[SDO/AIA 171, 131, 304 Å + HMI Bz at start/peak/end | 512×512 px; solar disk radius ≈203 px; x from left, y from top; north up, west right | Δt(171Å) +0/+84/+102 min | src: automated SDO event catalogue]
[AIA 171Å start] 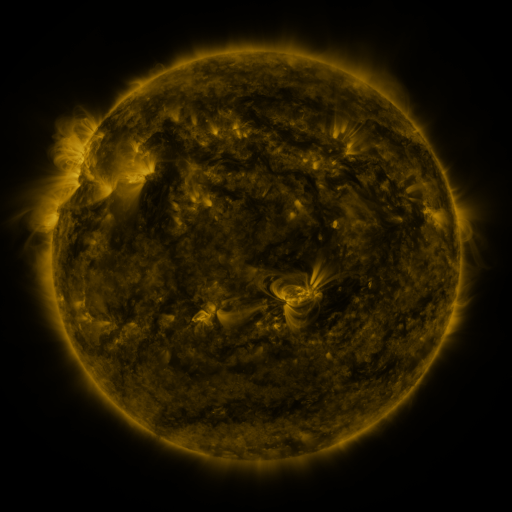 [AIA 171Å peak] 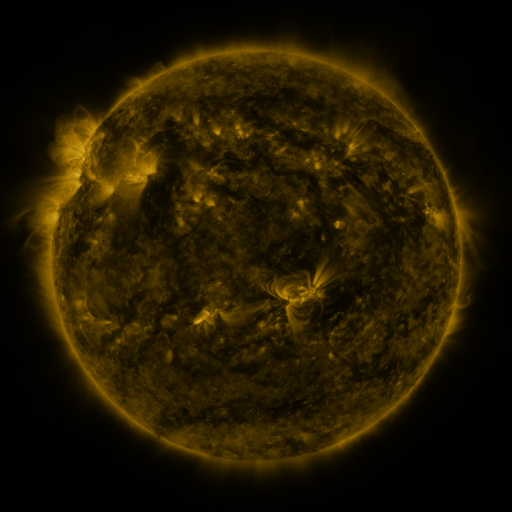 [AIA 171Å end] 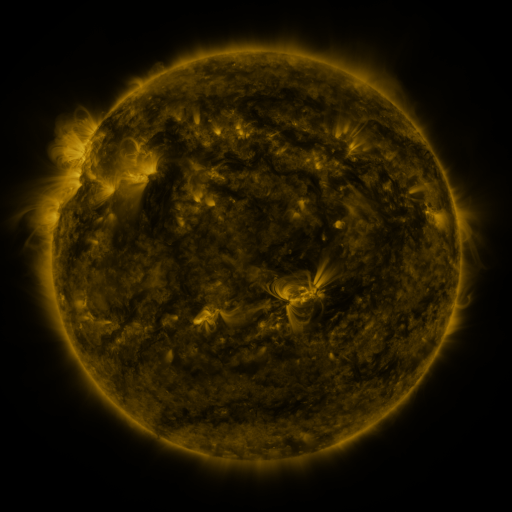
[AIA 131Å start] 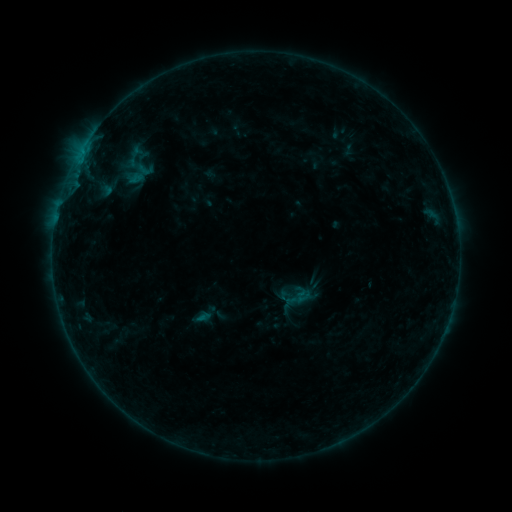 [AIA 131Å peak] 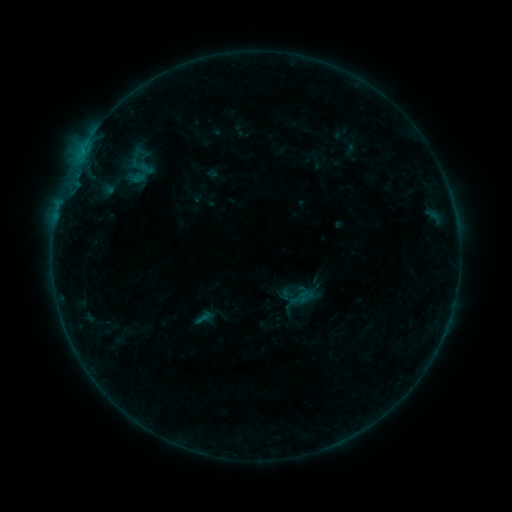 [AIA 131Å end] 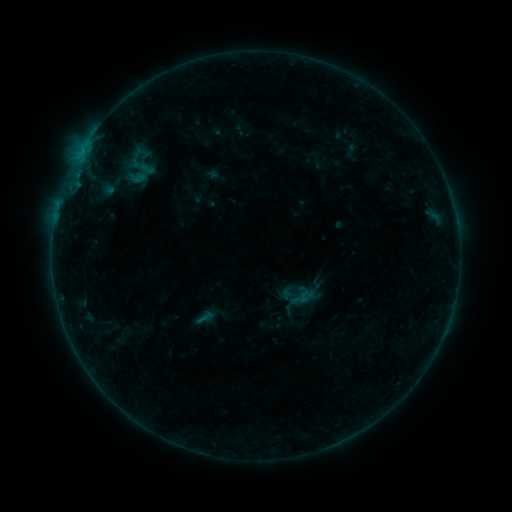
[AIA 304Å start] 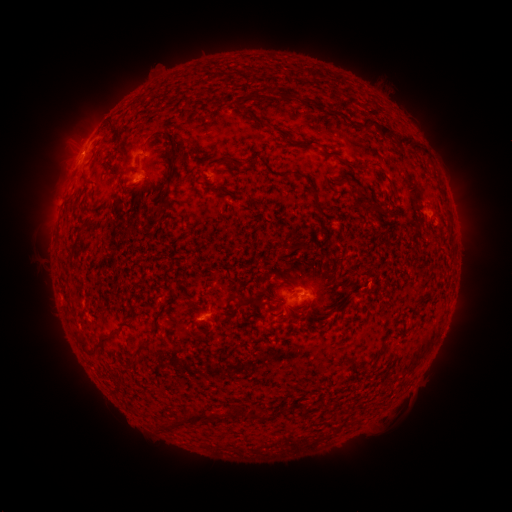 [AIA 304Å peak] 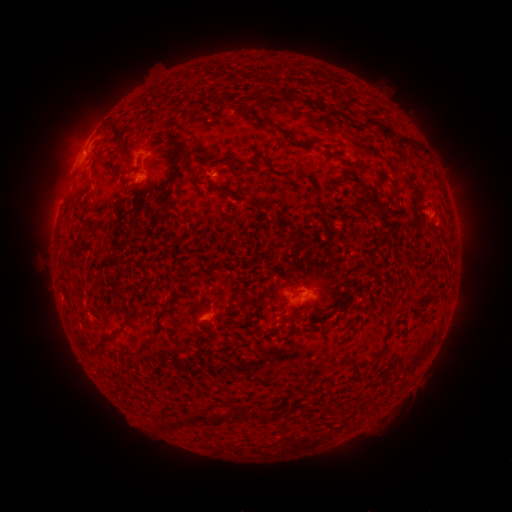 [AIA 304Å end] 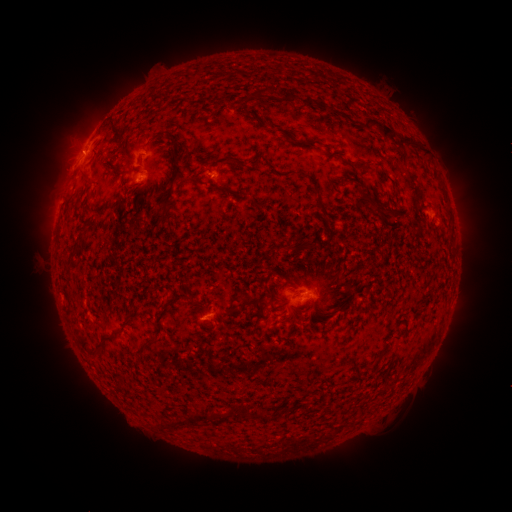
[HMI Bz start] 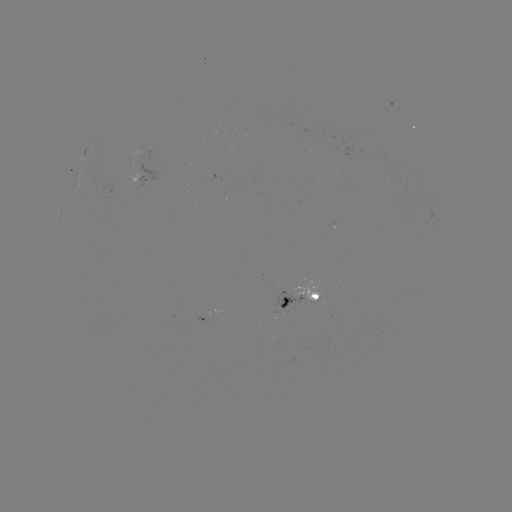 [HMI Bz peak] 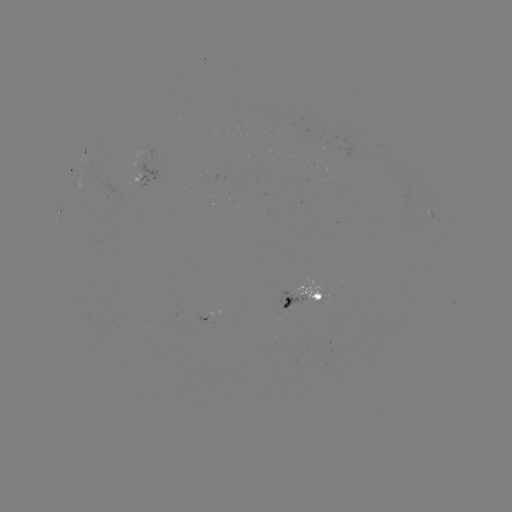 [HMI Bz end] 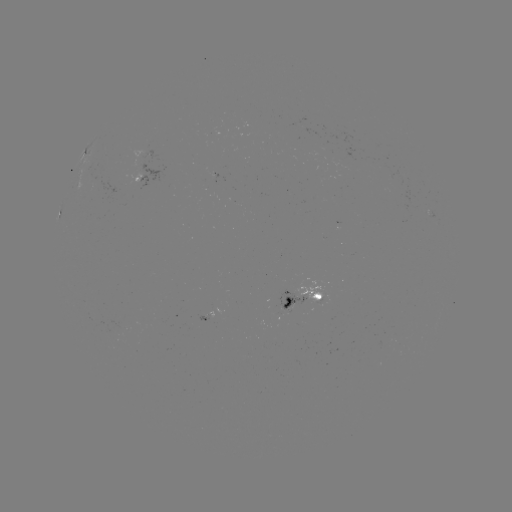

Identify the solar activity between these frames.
emerging-flux region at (211, 310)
